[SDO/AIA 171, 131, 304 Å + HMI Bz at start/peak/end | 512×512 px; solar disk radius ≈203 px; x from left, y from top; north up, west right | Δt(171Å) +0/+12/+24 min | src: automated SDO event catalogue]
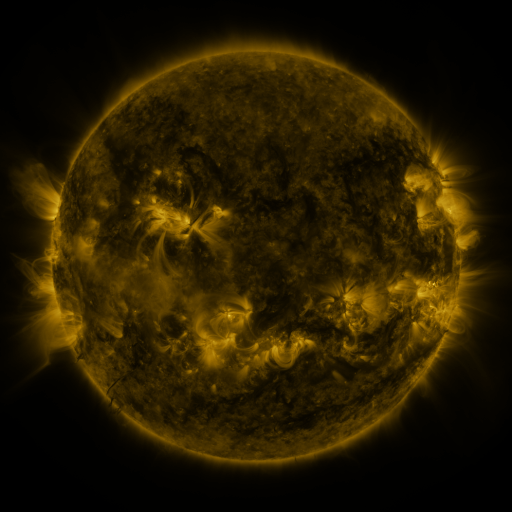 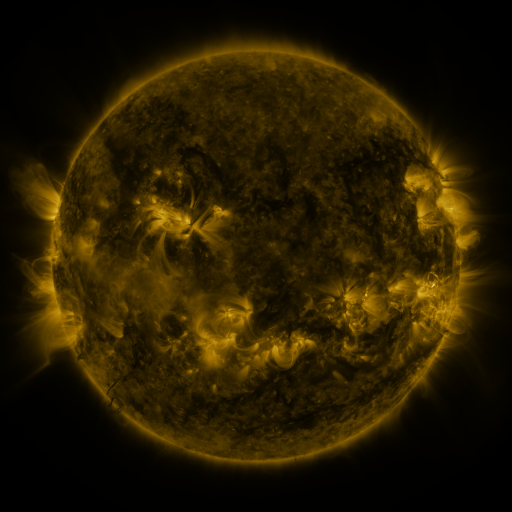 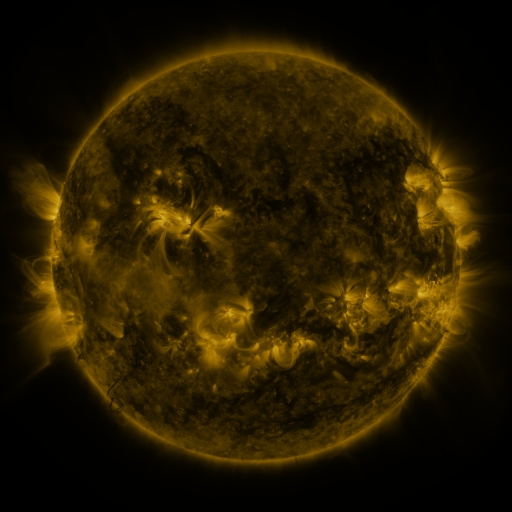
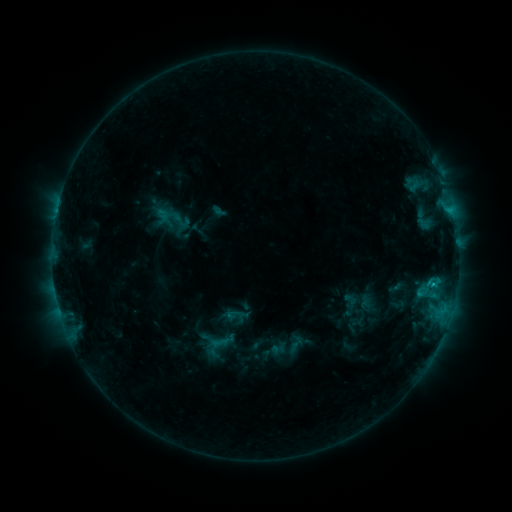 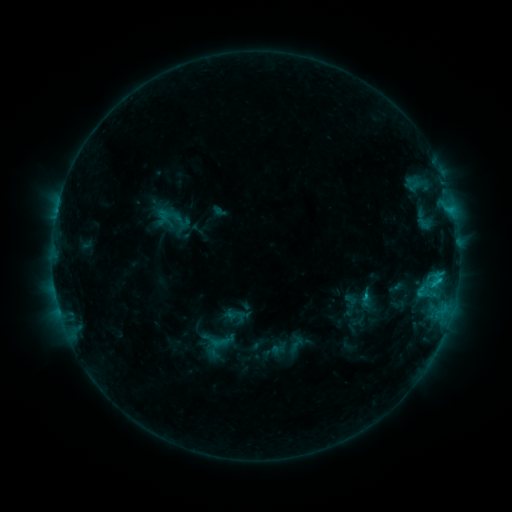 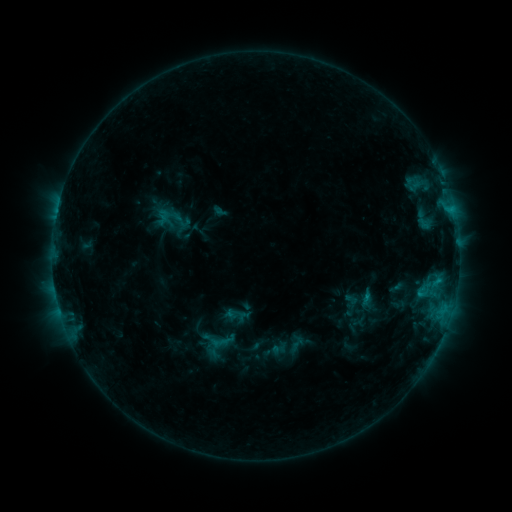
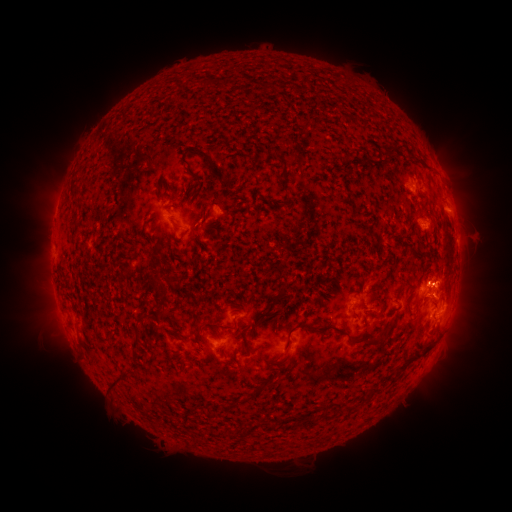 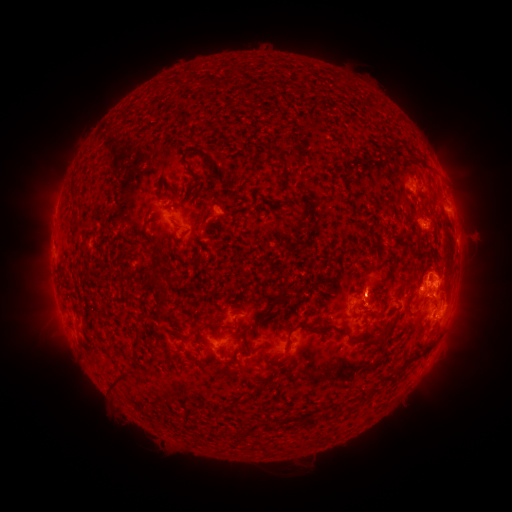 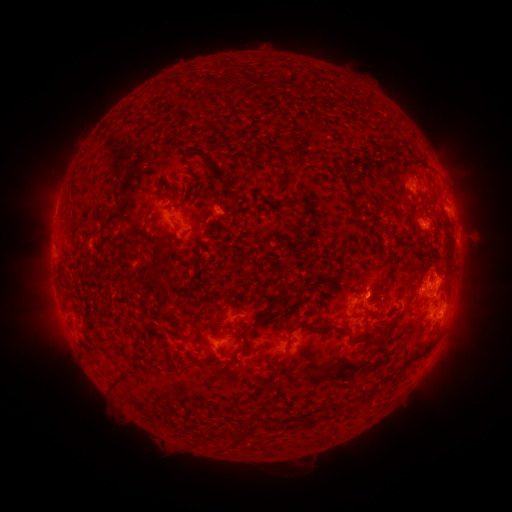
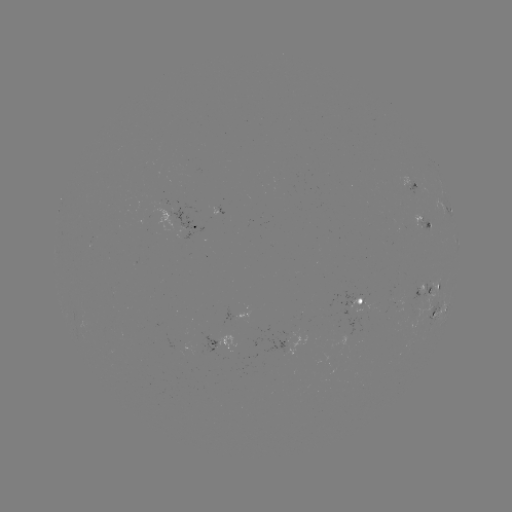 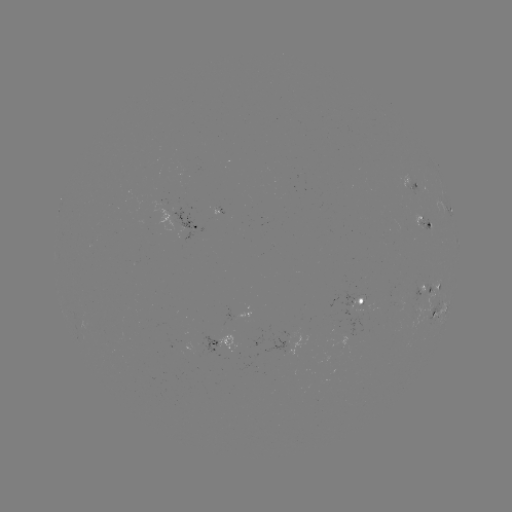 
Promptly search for C1.4 flare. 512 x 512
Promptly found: [363, 294].